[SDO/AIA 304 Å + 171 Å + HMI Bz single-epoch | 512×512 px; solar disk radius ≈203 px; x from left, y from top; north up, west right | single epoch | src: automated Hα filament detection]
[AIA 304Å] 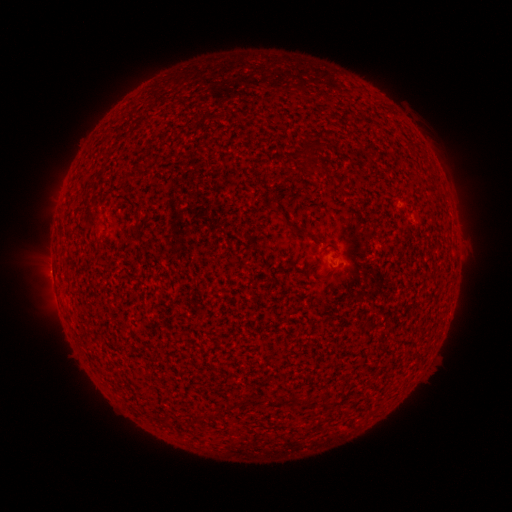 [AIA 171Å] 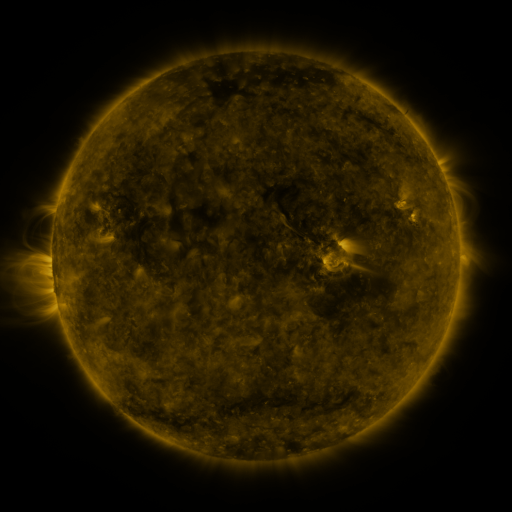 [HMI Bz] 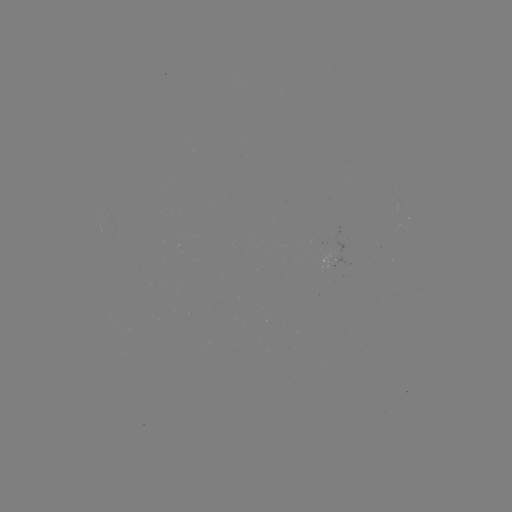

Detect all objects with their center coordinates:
filament: (307, 146)
filament: (296, 155)
filament: (305, 235)
filament: (326, 278)
filament: (306, 402)
